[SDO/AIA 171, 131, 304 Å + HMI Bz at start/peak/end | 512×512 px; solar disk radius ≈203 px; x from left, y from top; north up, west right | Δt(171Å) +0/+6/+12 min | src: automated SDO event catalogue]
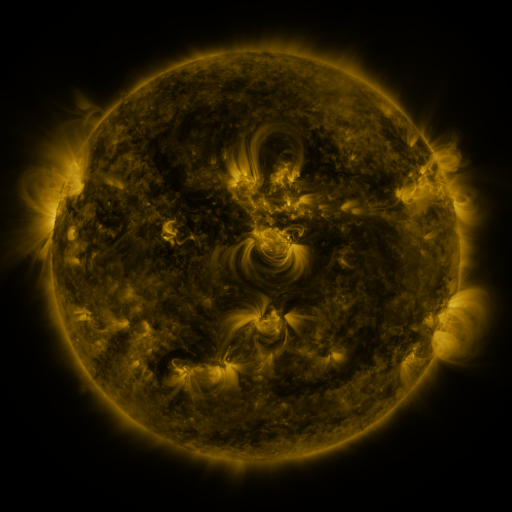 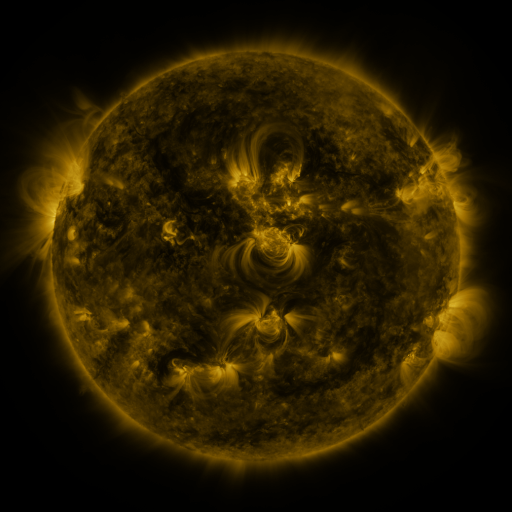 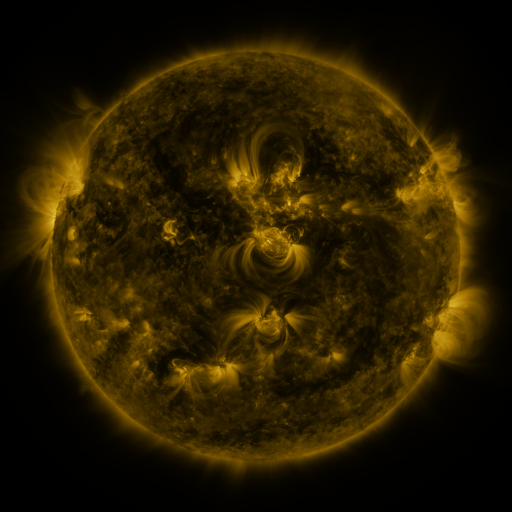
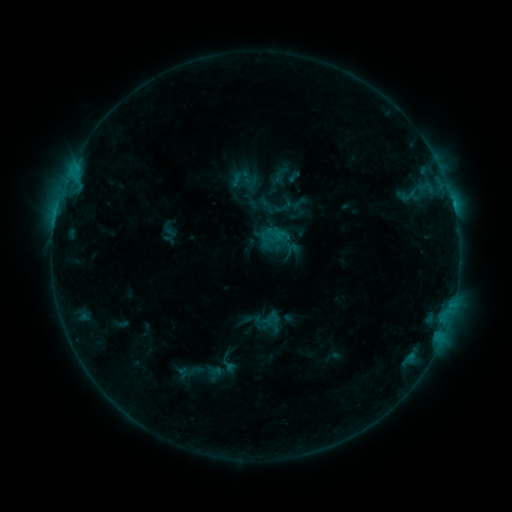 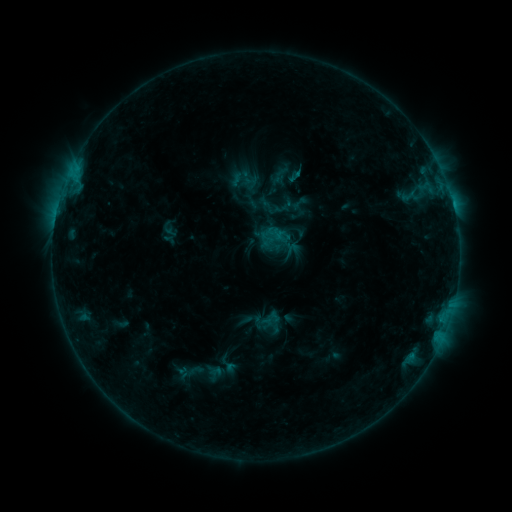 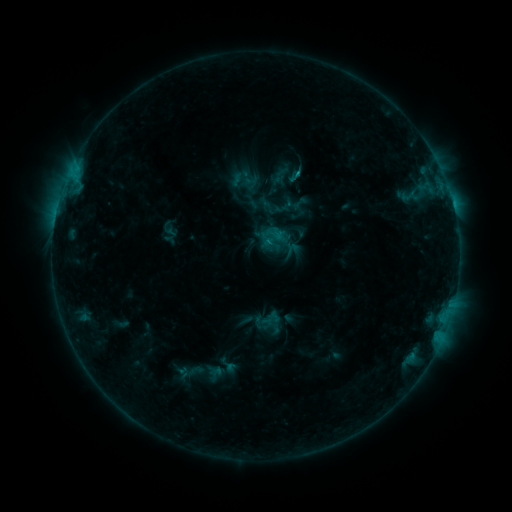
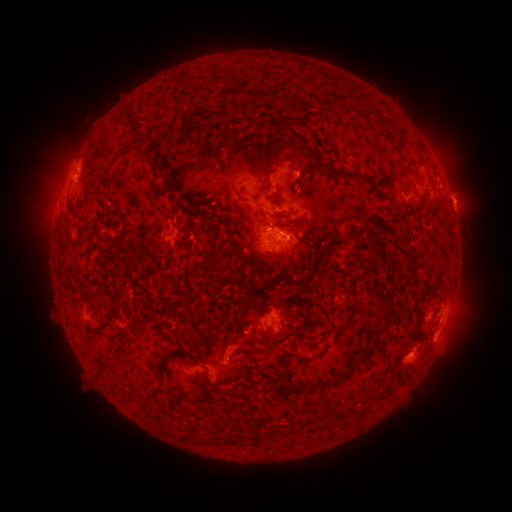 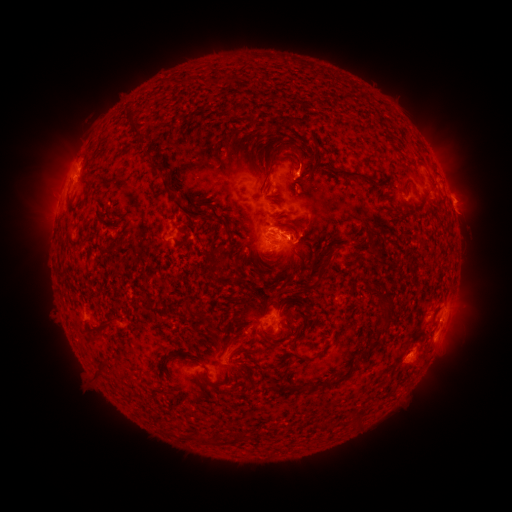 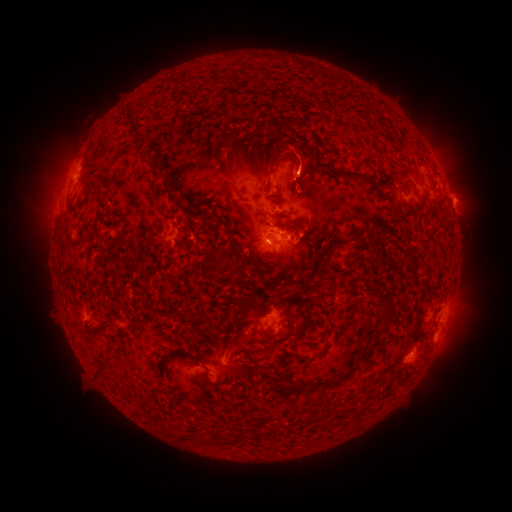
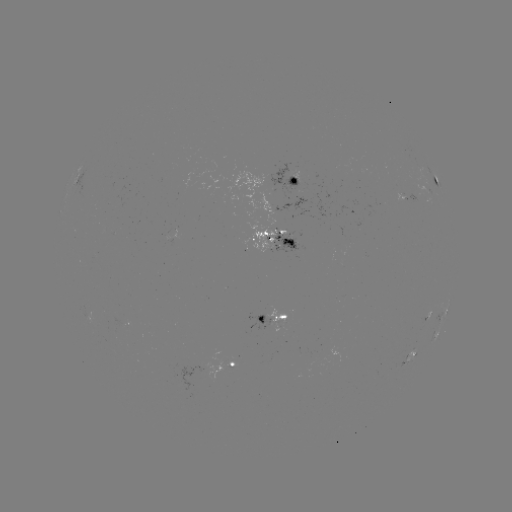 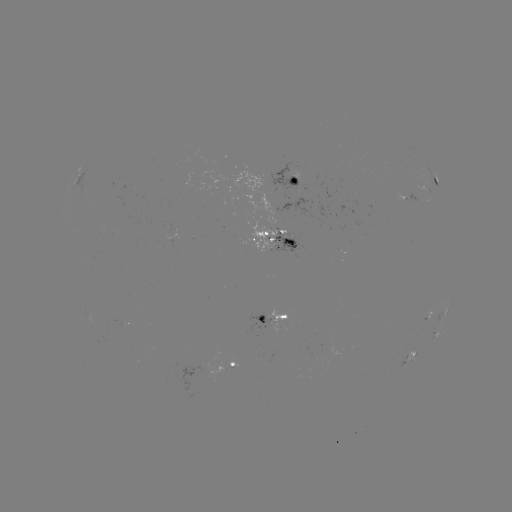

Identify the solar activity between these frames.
eruption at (304, 154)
